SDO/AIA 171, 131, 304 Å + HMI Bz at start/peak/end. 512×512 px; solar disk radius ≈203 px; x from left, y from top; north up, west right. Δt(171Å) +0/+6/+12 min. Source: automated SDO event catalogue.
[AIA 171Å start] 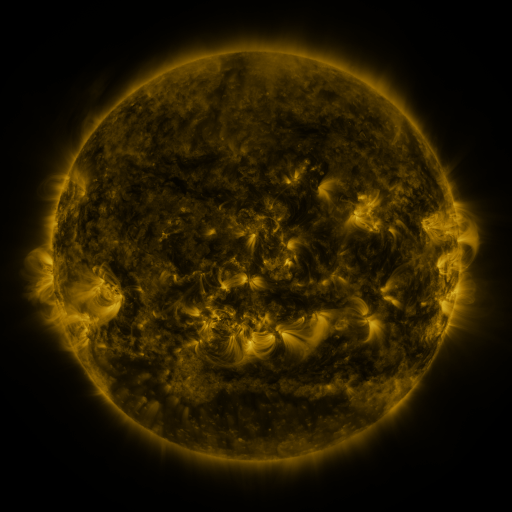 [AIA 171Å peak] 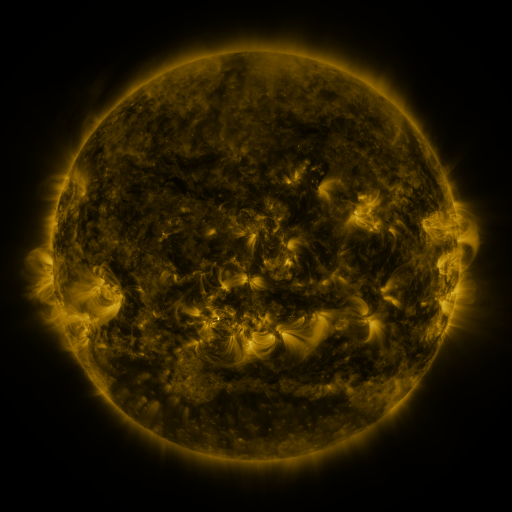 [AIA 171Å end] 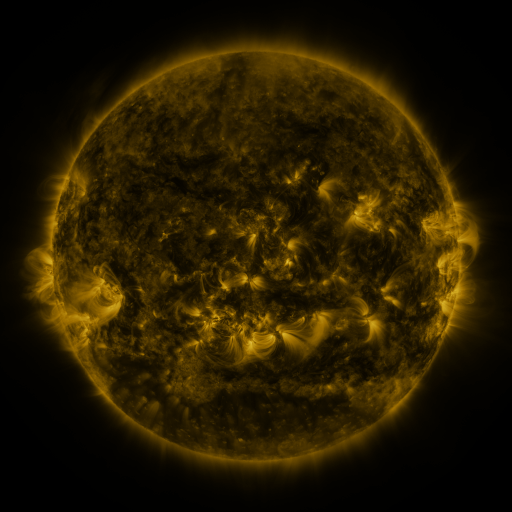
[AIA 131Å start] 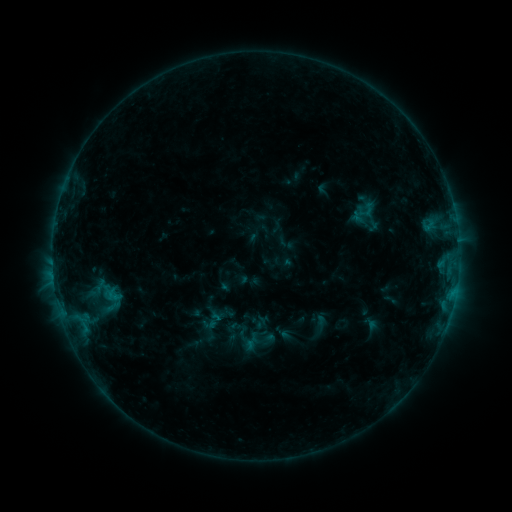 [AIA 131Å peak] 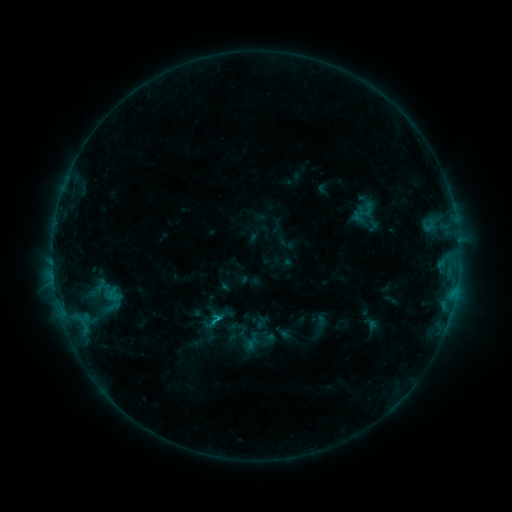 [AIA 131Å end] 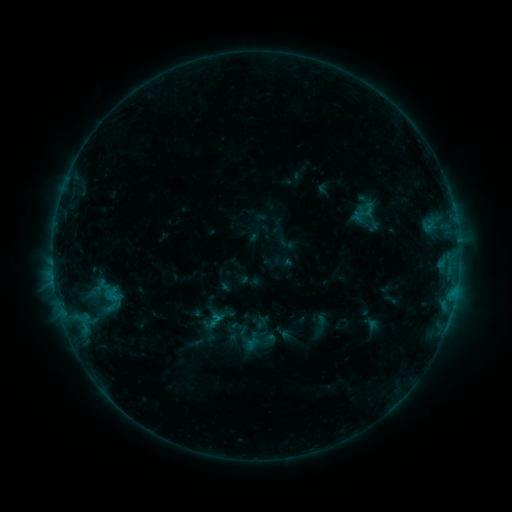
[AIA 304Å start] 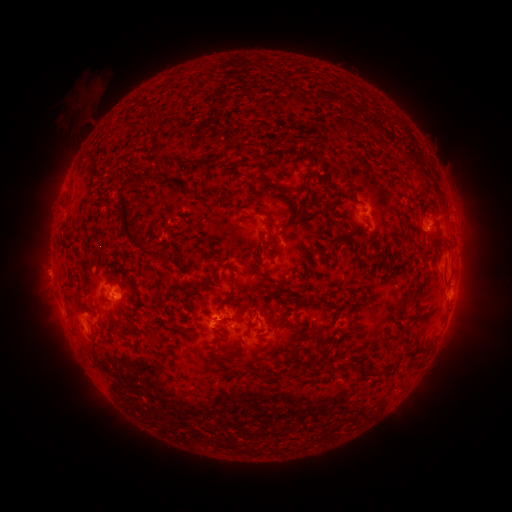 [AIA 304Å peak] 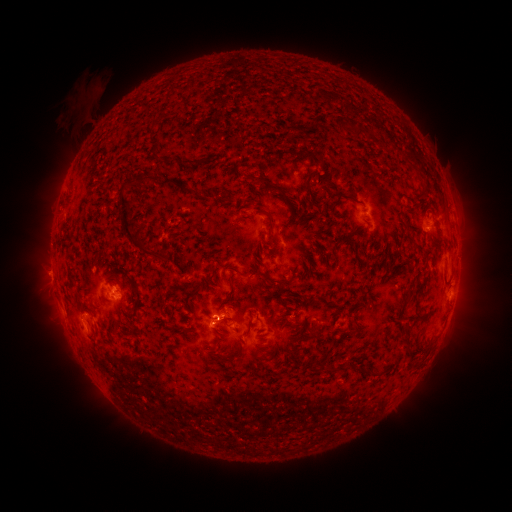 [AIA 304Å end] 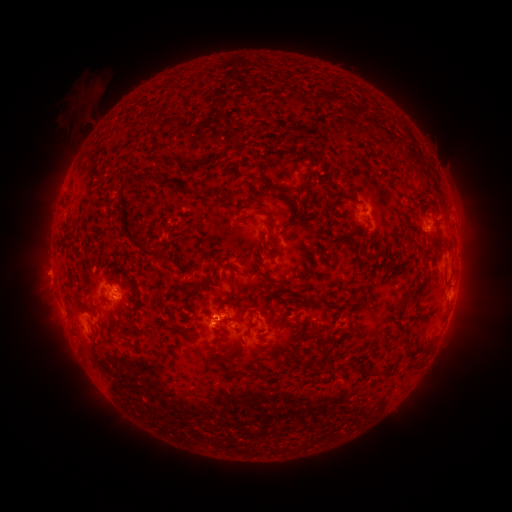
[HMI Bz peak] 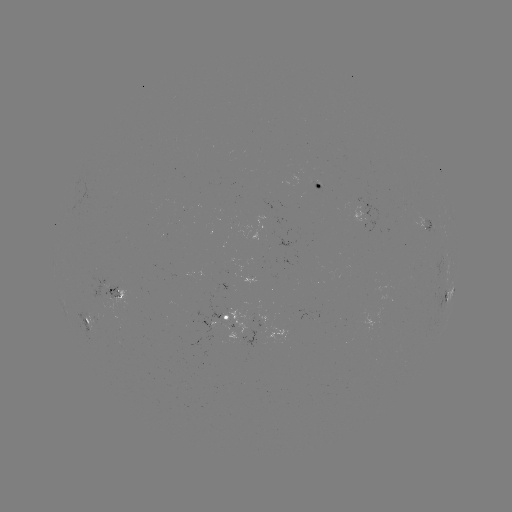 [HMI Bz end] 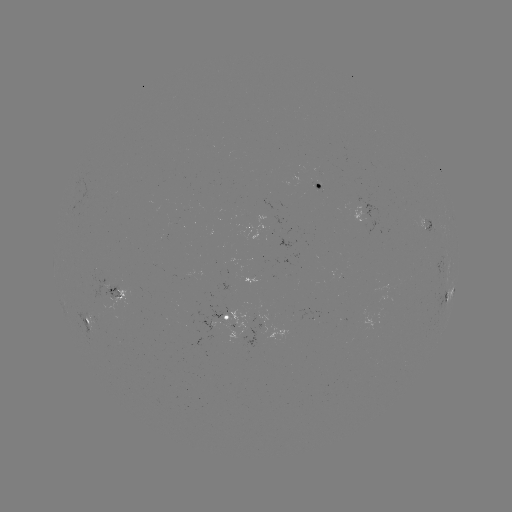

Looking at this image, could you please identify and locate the B8.6 flare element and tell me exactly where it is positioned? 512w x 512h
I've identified B8.6 flare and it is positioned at [219, 317].